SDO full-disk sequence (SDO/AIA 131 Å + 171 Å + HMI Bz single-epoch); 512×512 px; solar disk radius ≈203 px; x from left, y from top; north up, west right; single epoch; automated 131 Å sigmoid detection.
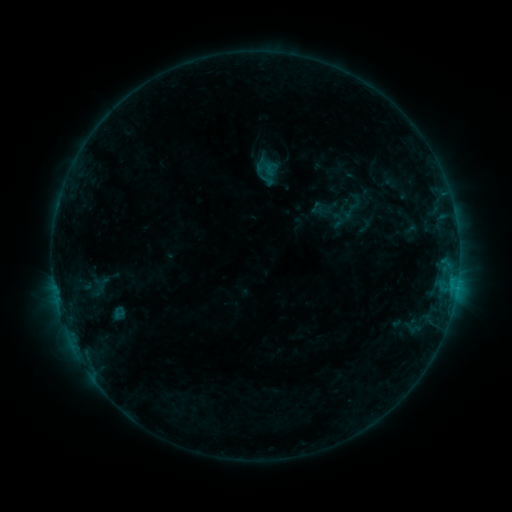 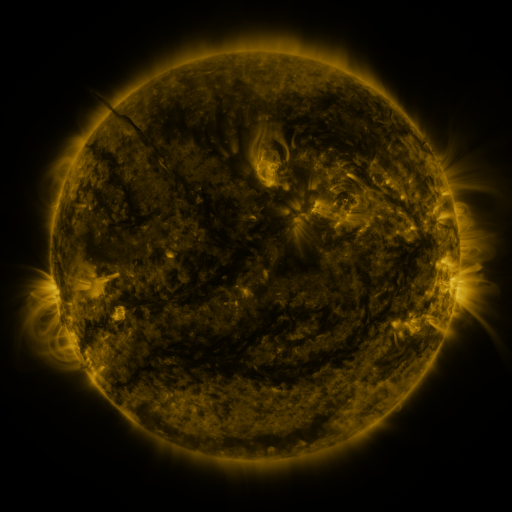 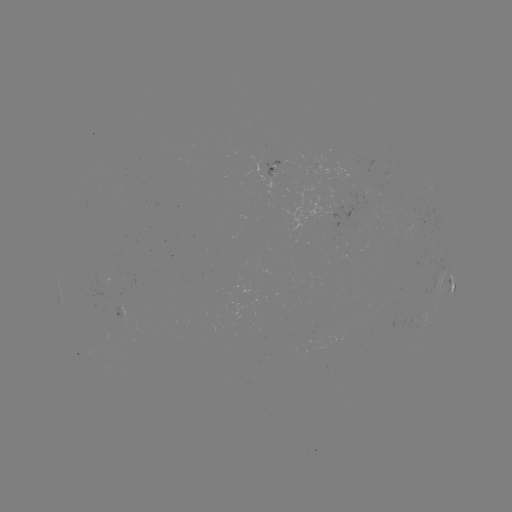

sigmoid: (108, 305, 130, 320)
